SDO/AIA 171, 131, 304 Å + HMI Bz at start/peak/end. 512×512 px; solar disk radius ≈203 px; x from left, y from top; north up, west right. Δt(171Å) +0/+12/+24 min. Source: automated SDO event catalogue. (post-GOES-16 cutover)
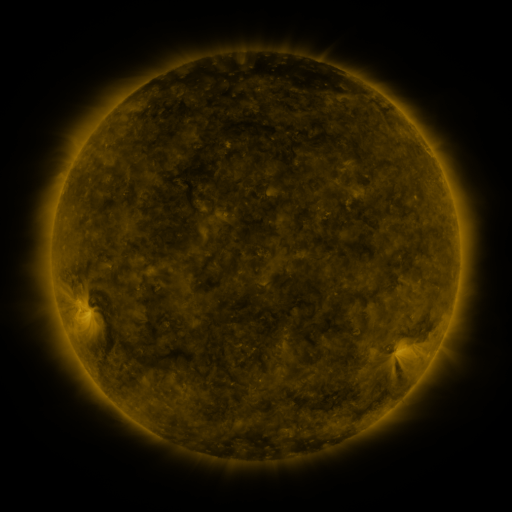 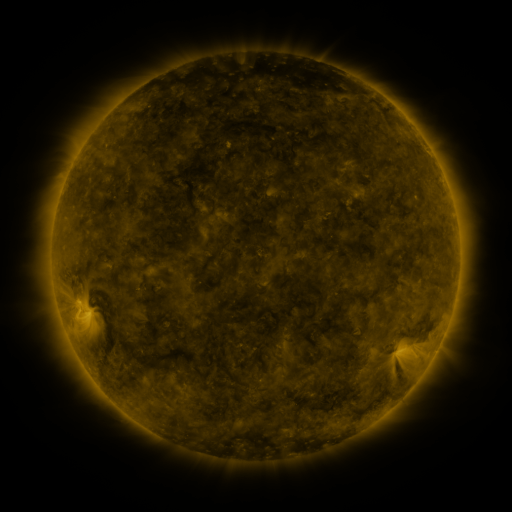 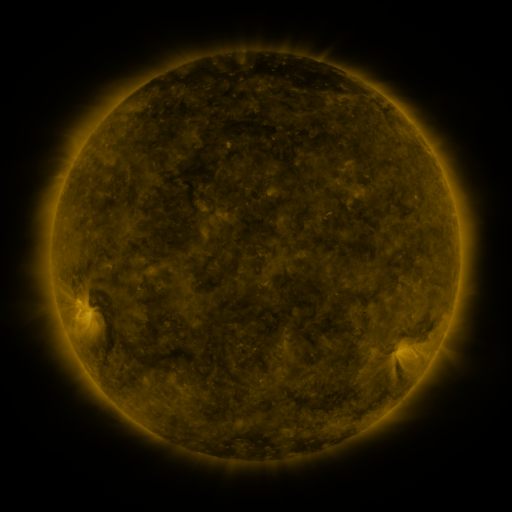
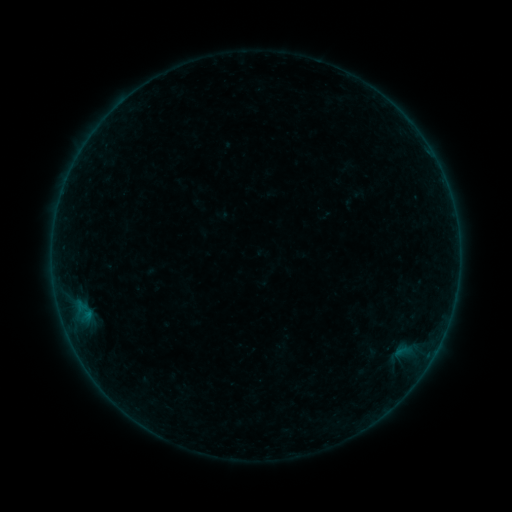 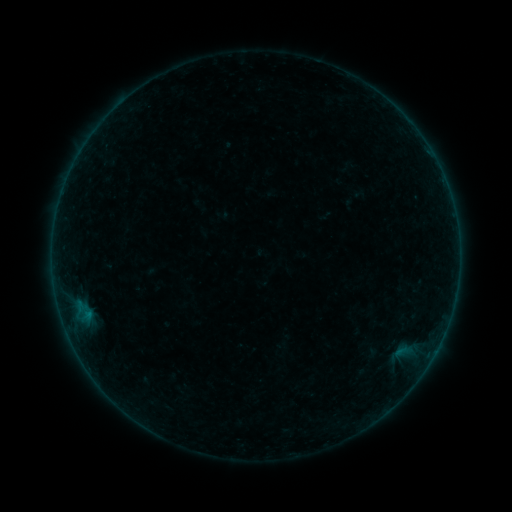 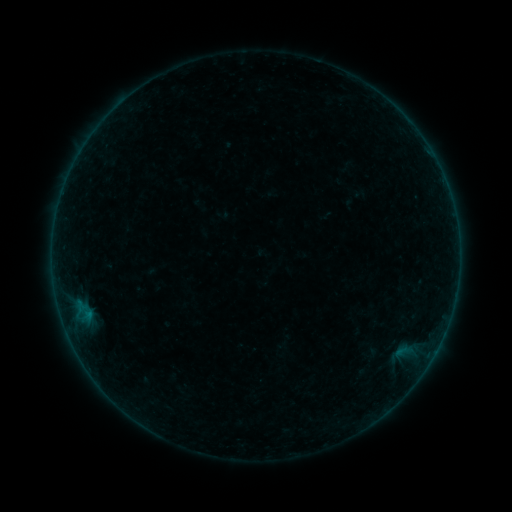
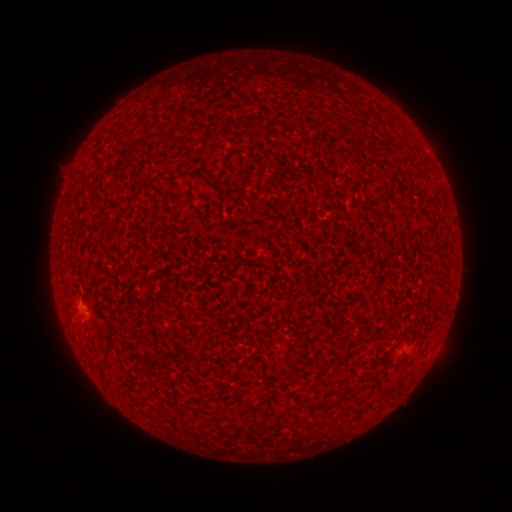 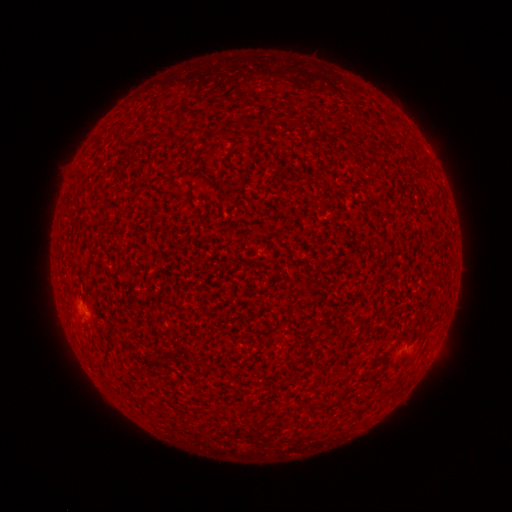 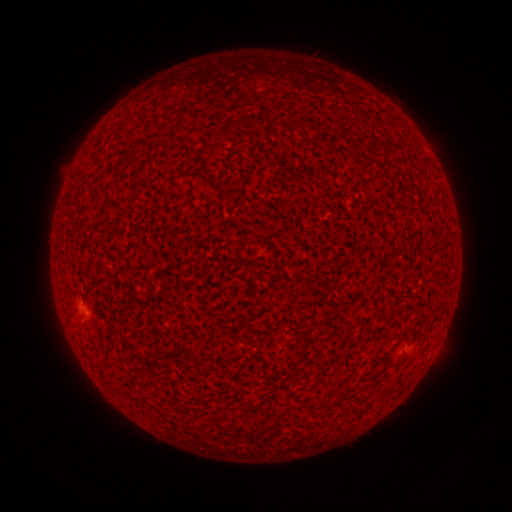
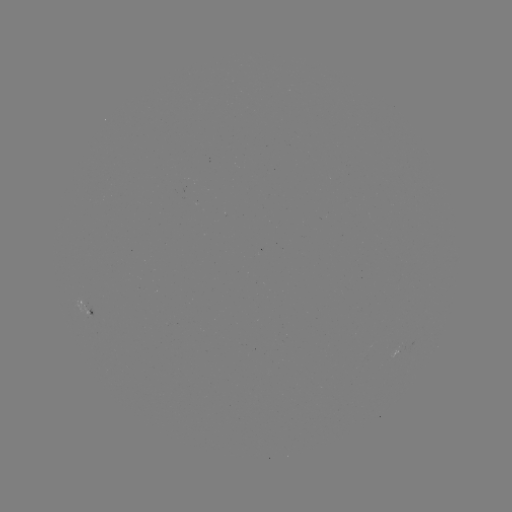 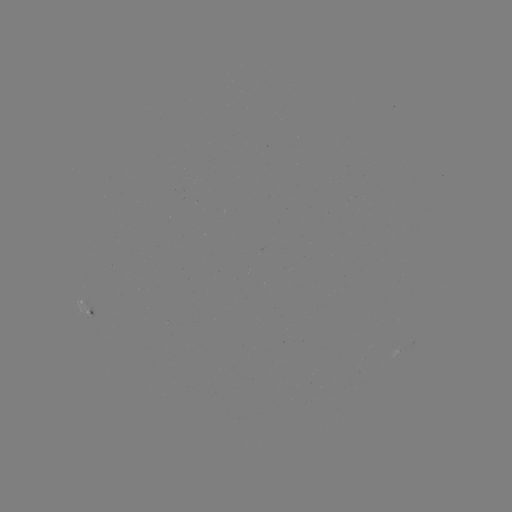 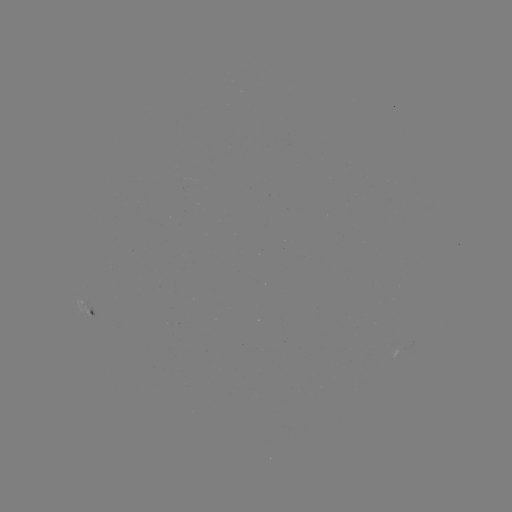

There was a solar flare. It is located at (85, 311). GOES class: A3.5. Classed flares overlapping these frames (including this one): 1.